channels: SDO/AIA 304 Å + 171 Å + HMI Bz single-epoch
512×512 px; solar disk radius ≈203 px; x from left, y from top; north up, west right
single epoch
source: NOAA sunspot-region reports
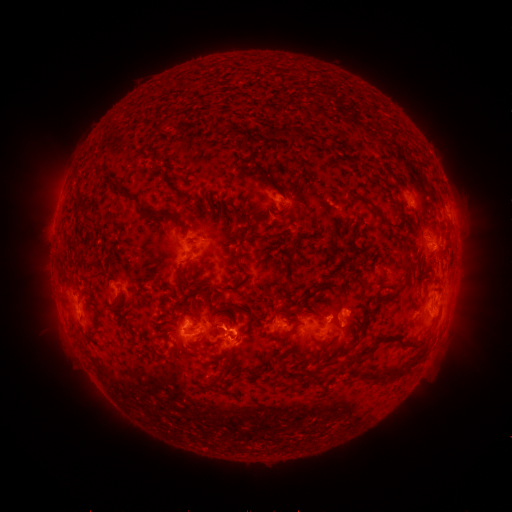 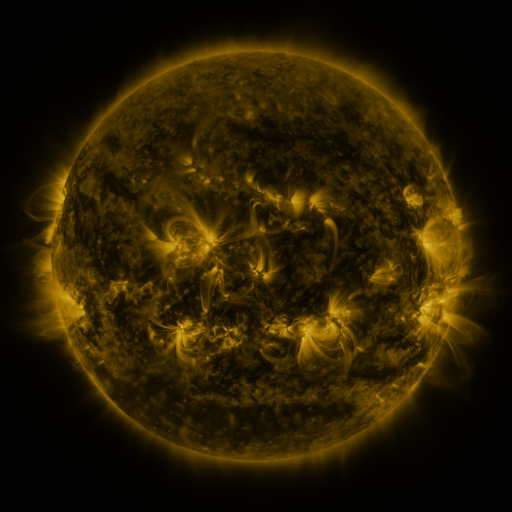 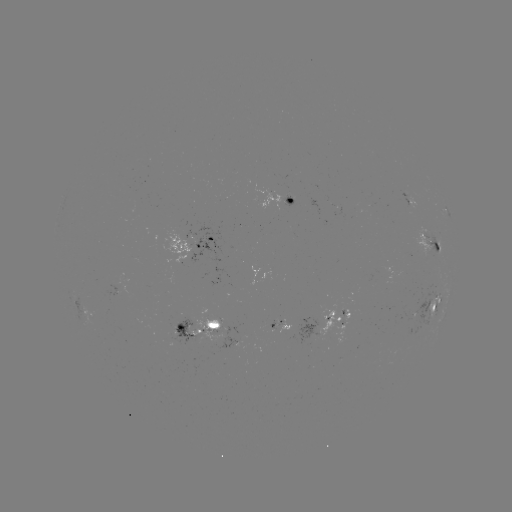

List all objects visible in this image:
spotted active region: (410, 201)
spotted active region: (293, 202)
spotted active region: (431, 243)
spotted active region: (199, 244)
spotted active region: (435, 306)
spotted active region: (94, 317)
spotted active region: (337, 321)
spotted active region: (199, 328)
